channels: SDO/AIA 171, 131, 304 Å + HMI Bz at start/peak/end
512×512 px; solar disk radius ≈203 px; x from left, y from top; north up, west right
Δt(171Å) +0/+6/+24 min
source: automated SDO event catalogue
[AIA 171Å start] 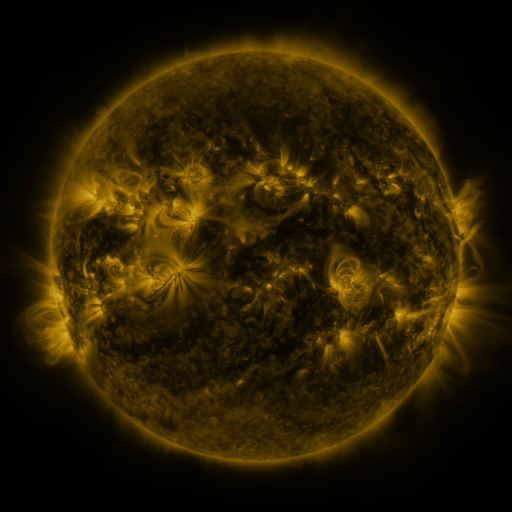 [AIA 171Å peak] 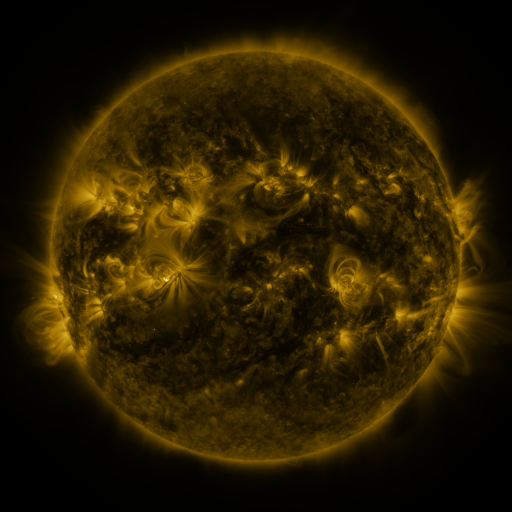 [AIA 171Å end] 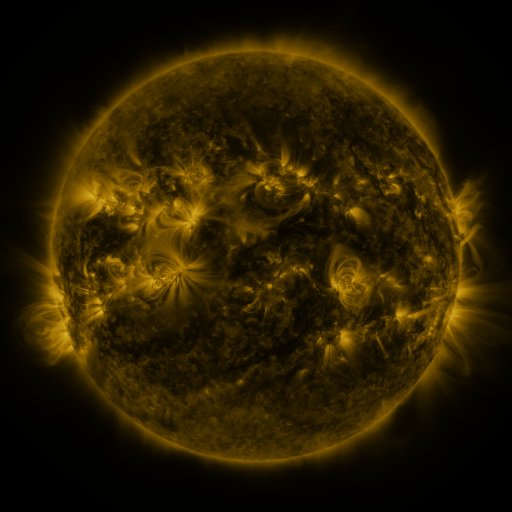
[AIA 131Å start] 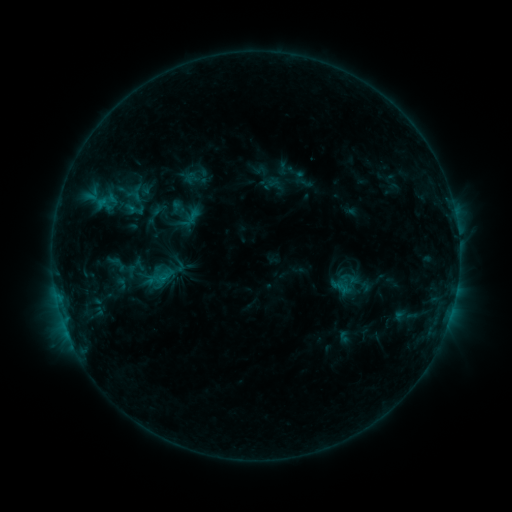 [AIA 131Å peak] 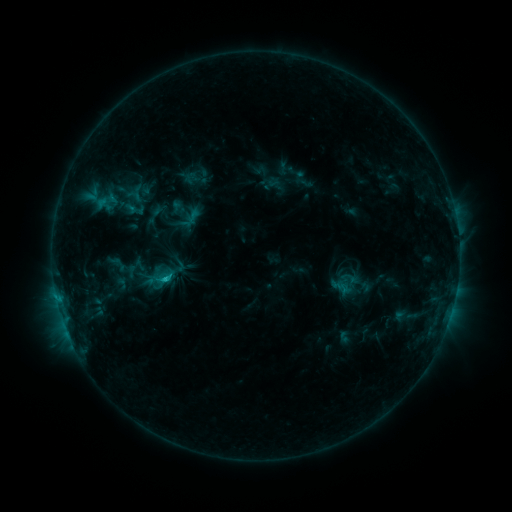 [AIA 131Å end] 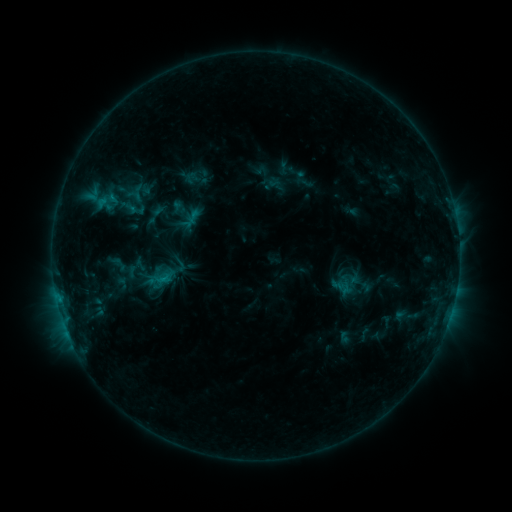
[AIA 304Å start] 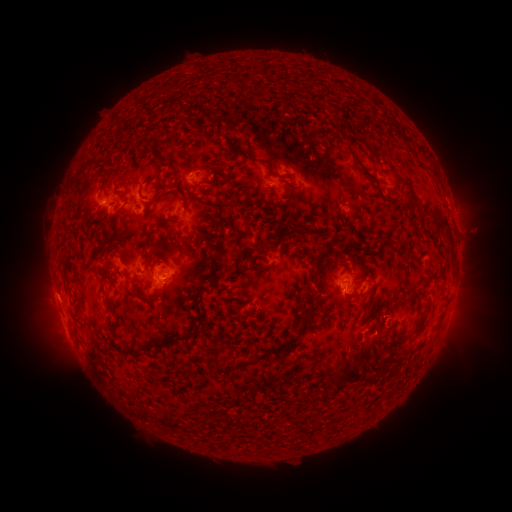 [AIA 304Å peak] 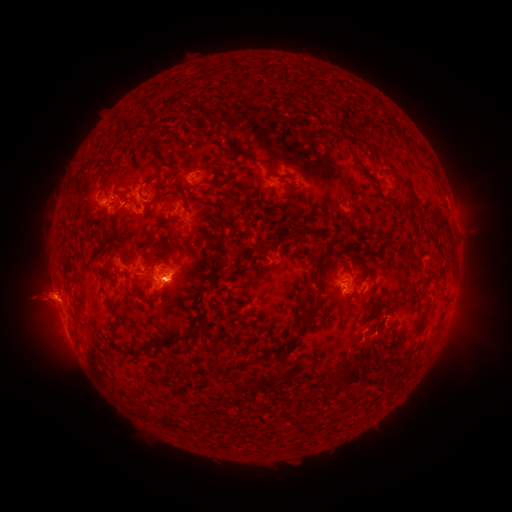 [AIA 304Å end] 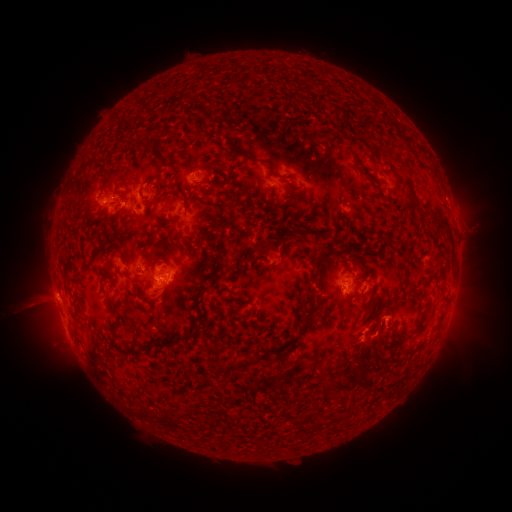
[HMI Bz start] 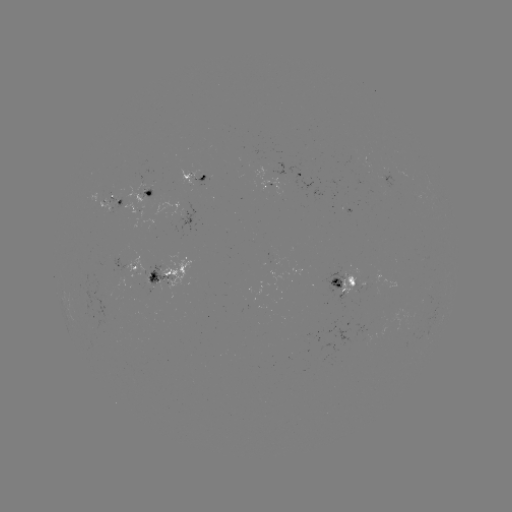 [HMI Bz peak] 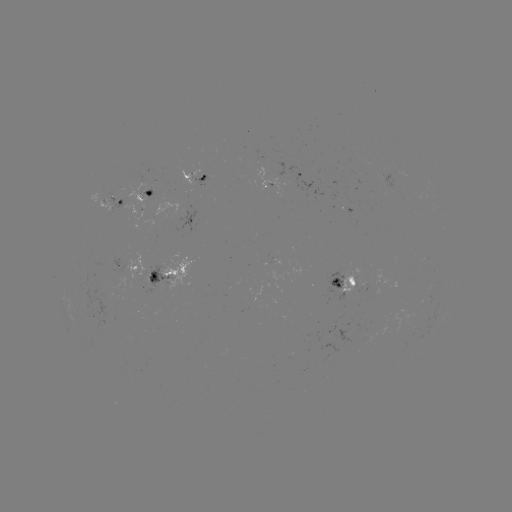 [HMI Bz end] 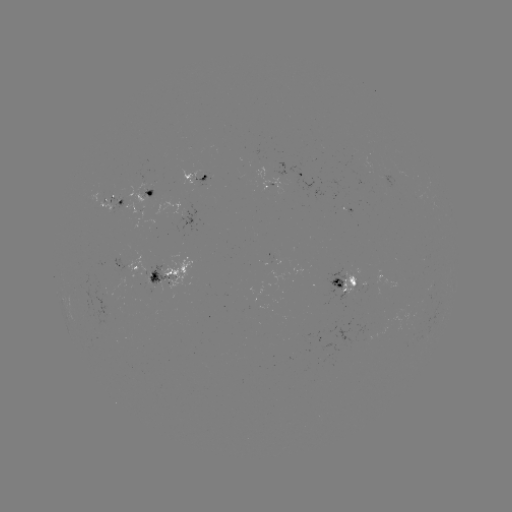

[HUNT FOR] C1.0 flare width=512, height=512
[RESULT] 168,278